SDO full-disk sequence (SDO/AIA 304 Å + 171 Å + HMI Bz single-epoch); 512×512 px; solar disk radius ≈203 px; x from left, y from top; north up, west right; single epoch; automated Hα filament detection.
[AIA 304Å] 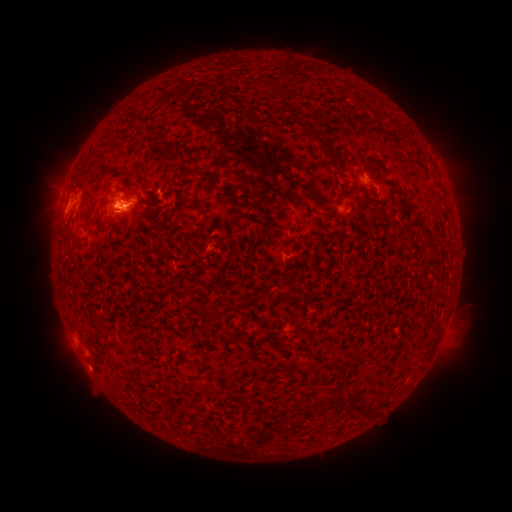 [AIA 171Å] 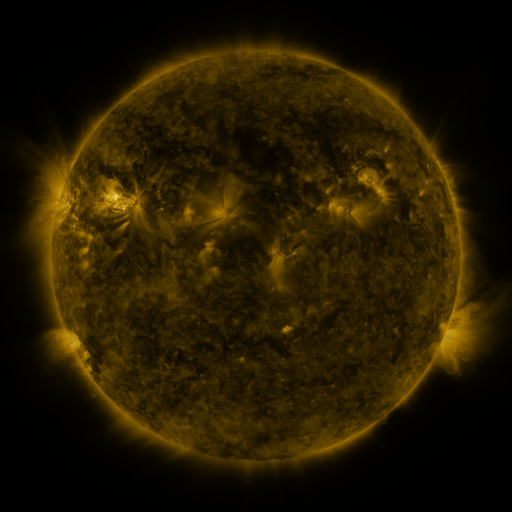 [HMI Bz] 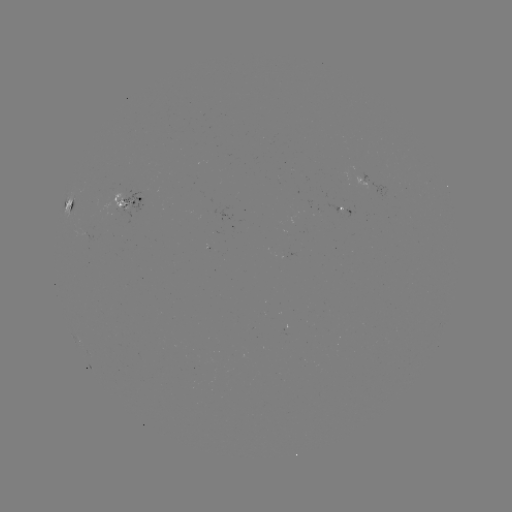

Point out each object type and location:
filament: (156, 142)
filament: (170, 144)
filament: (246, 196)
filament: (282, 196)
filament: (419, 226)
filament: (336, 402)
